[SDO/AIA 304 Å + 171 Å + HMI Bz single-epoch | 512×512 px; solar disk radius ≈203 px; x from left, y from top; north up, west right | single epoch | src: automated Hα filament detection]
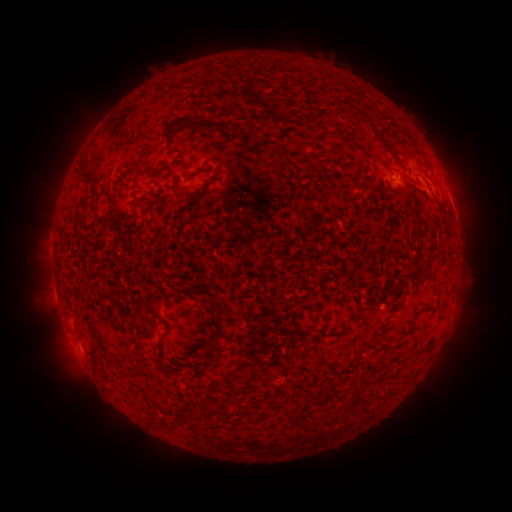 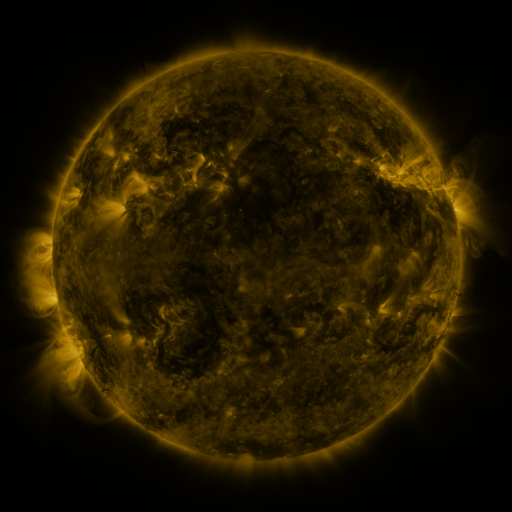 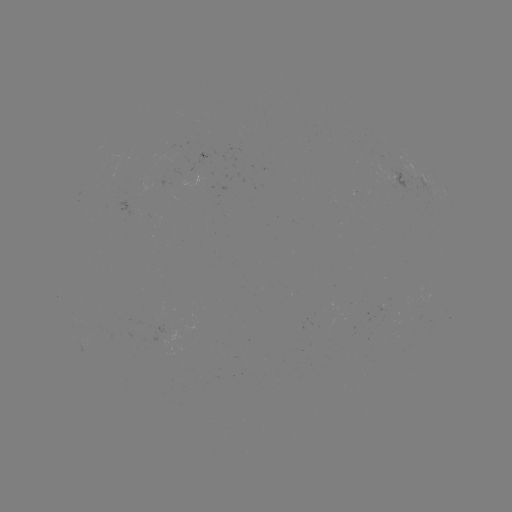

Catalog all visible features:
filament: (190, 123)
filament: (342, 135)
filament: (379, 136)
filament: (243, 138)
filament: (174, 151)
filament: (309, 162)
filament: (154, 172)
filament: (87, 177)
filament: (165, 191)
filament: (202, 192)
filament: (148, 222)
filament: (211, 285)
filament: (218, 309)
filament: (93, 321)
filament: (219, 321)
filament: (326, 322)
filament: (340, 333)
filament: (423, 350)
filament: (93, 357)
filament: (327, 391)
filament: (249, 410)
filament: (285, 412)
filament: (197, 415)
